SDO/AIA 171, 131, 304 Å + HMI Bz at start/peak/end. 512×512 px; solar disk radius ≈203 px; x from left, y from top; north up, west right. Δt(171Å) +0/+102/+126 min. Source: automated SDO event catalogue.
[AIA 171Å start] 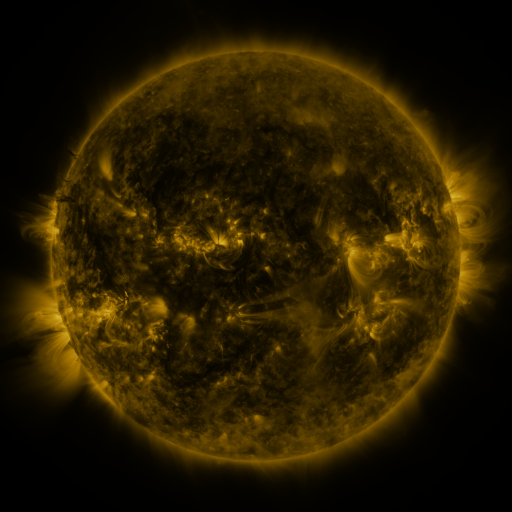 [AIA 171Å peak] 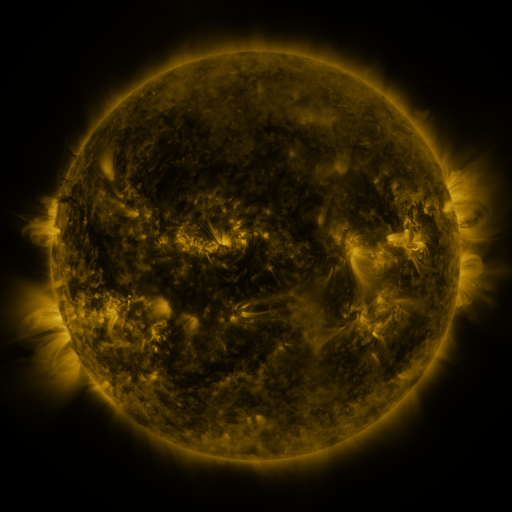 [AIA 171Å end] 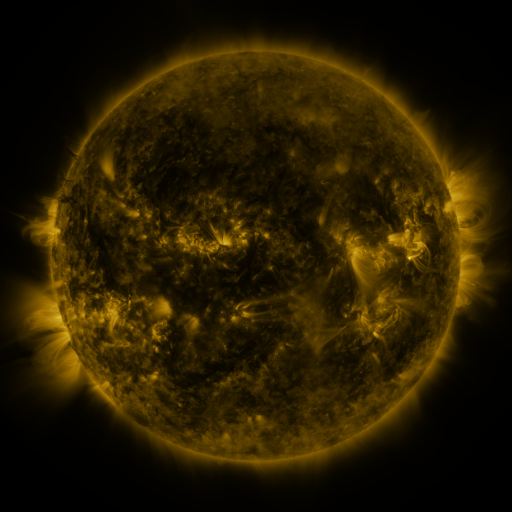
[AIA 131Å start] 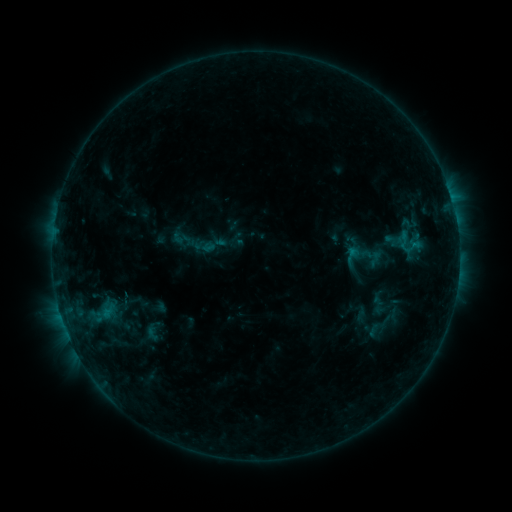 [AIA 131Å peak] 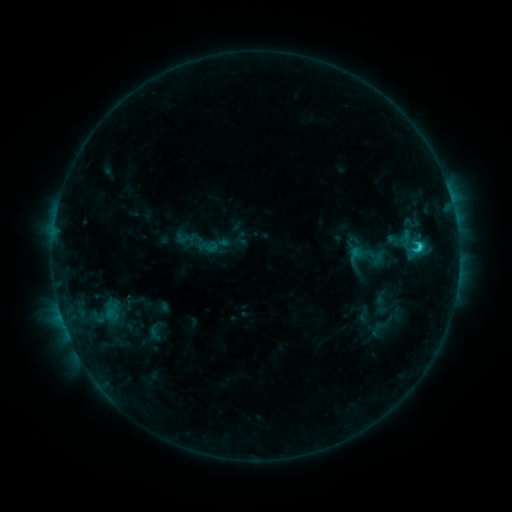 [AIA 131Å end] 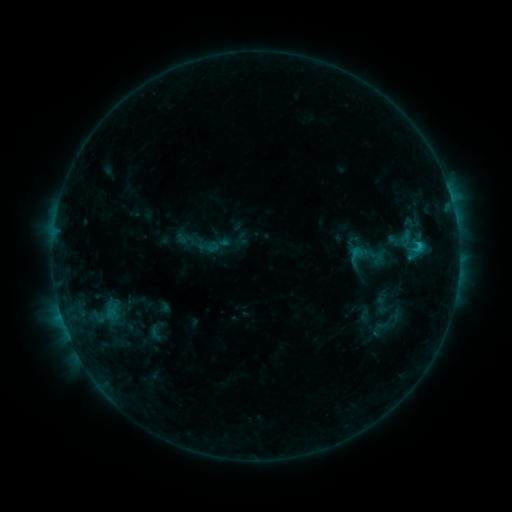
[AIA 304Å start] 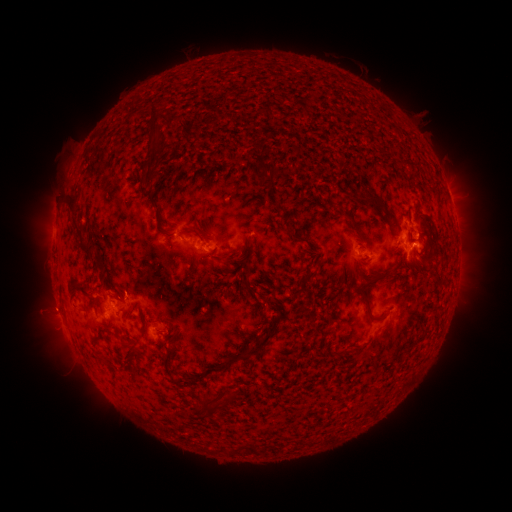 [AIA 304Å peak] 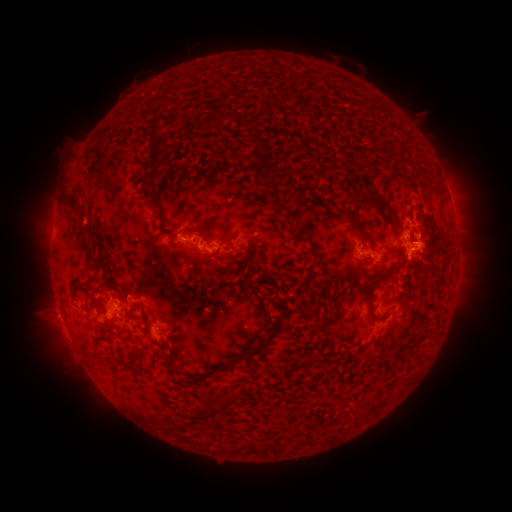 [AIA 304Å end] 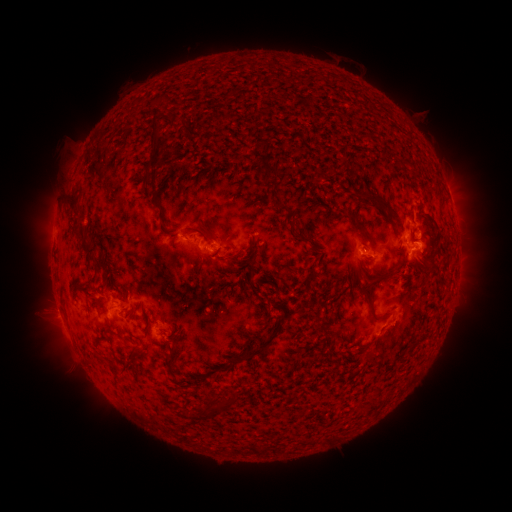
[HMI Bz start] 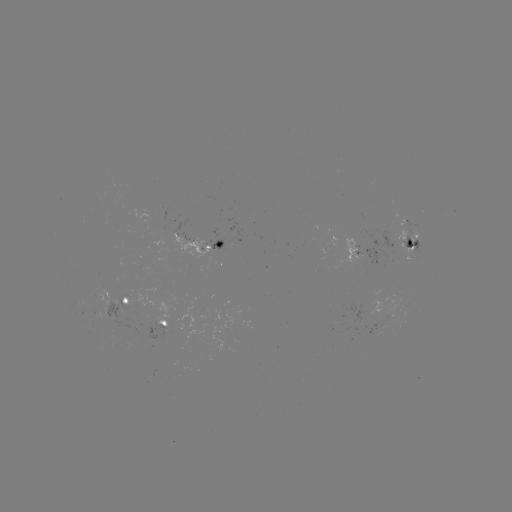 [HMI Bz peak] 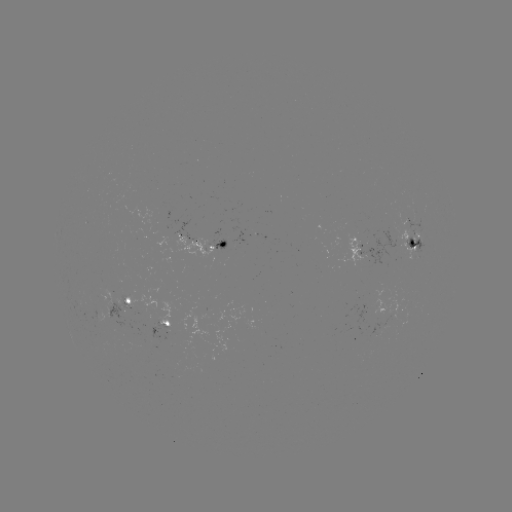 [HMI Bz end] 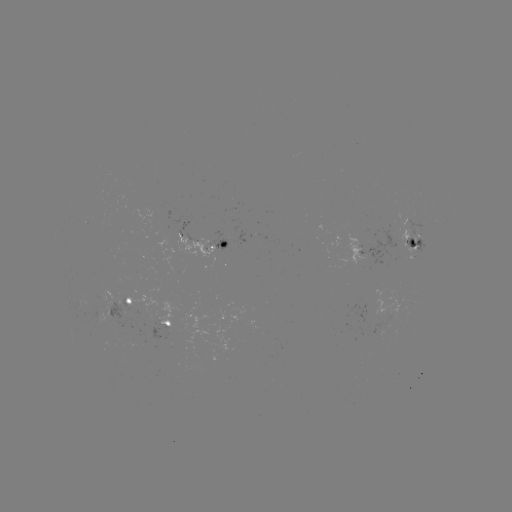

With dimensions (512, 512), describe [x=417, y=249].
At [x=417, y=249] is C1.8 flare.